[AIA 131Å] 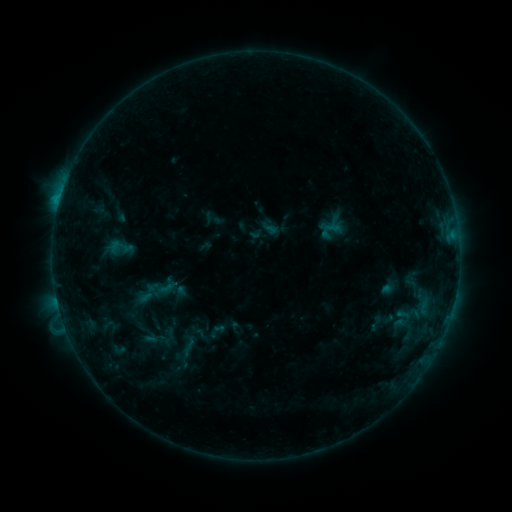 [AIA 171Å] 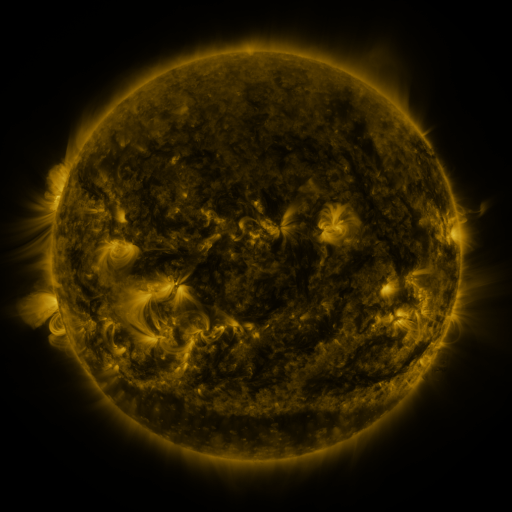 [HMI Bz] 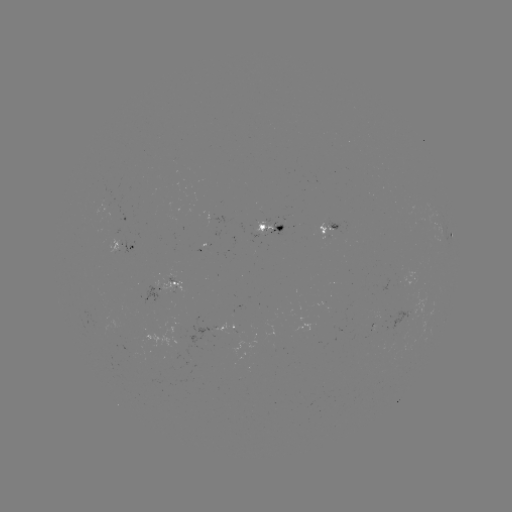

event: sigmoid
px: (376, 323)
